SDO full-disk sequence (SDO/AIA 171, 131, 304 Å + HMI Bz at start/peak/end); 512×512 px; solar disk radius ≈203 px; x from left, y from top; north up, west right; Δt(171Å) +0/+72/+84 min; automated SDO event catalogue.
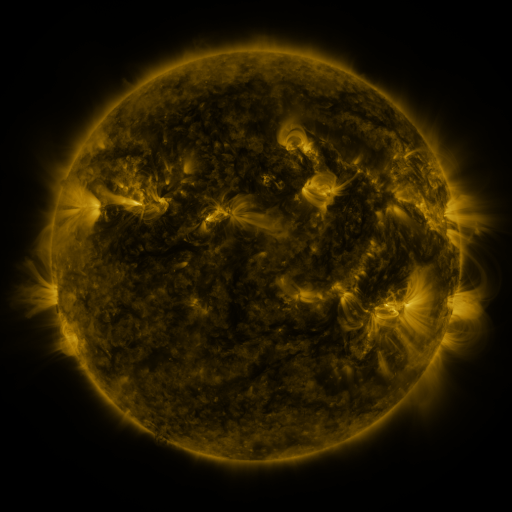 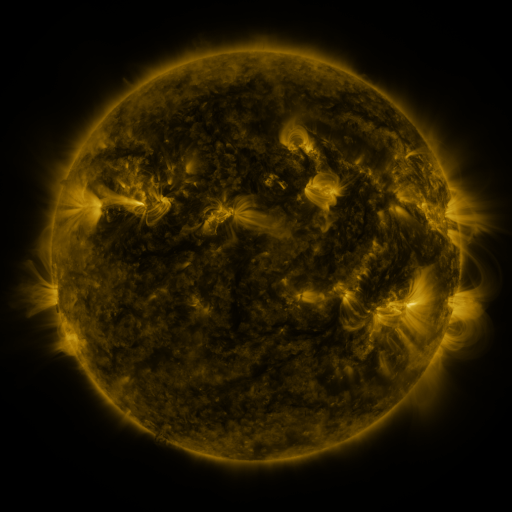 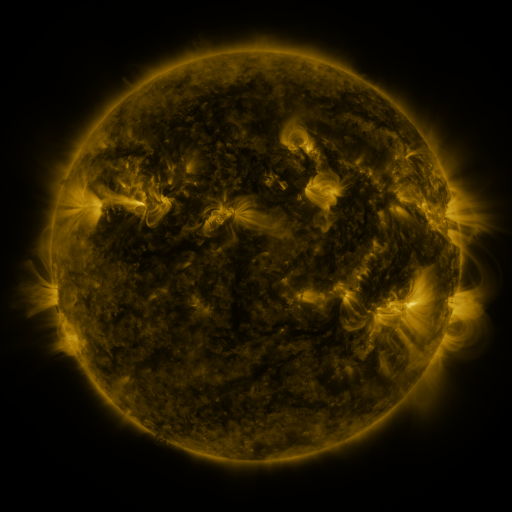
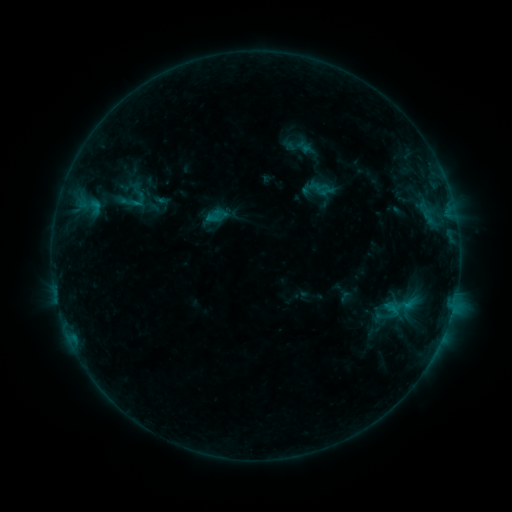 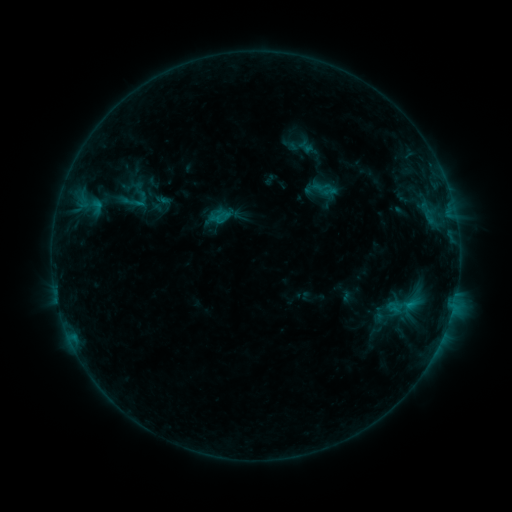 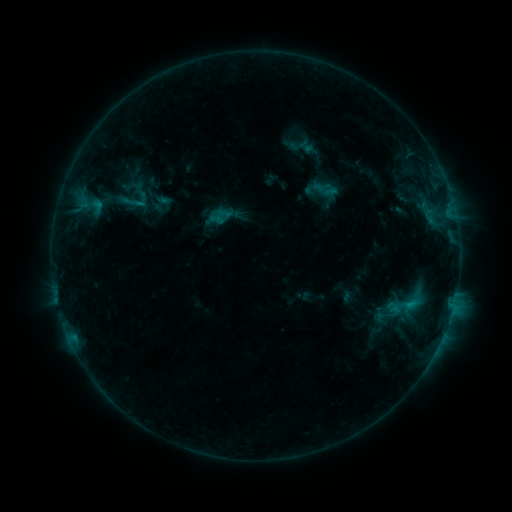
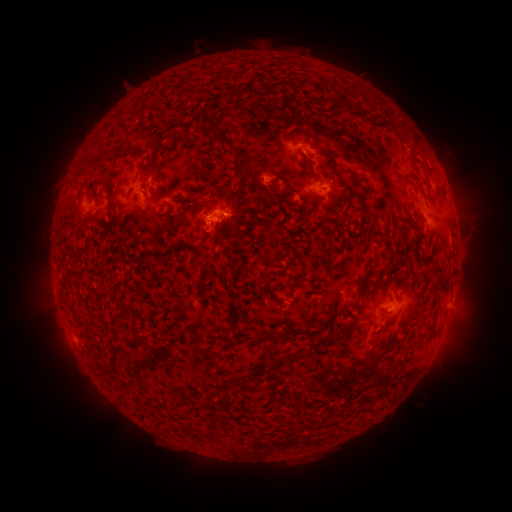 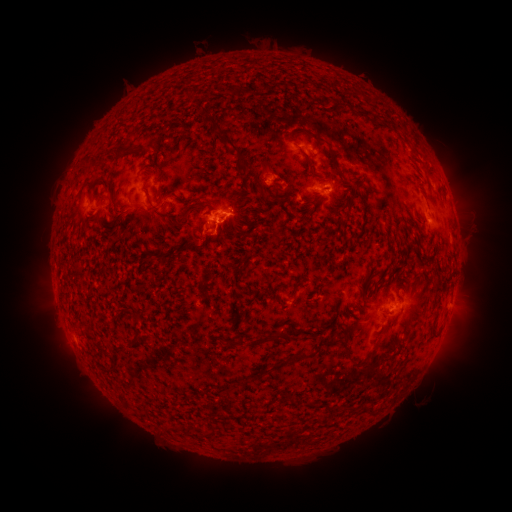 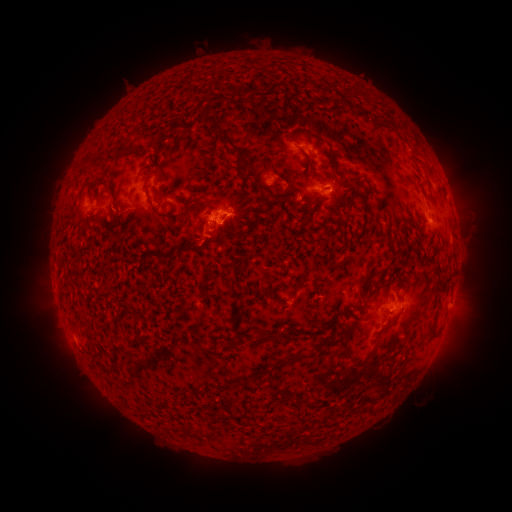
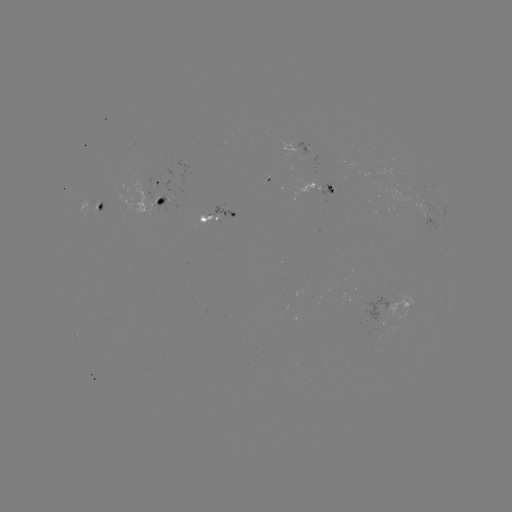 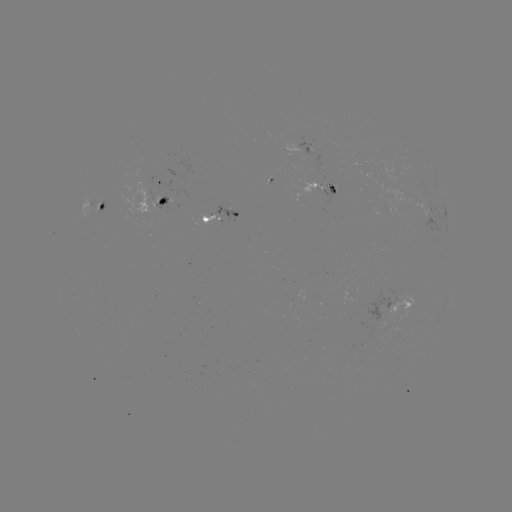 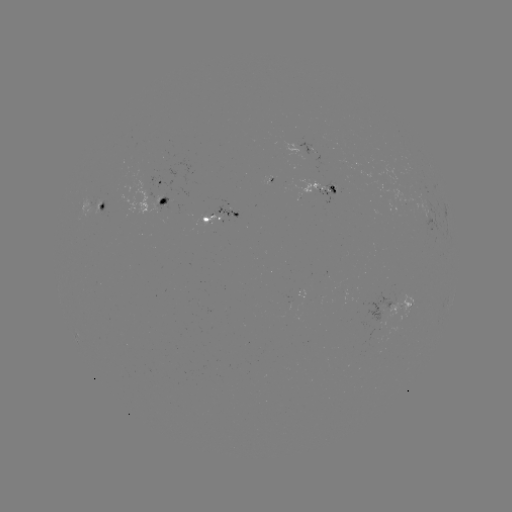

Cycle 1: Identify emerging-flux region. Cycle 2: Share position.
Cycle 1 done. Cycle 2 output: (159, 207).